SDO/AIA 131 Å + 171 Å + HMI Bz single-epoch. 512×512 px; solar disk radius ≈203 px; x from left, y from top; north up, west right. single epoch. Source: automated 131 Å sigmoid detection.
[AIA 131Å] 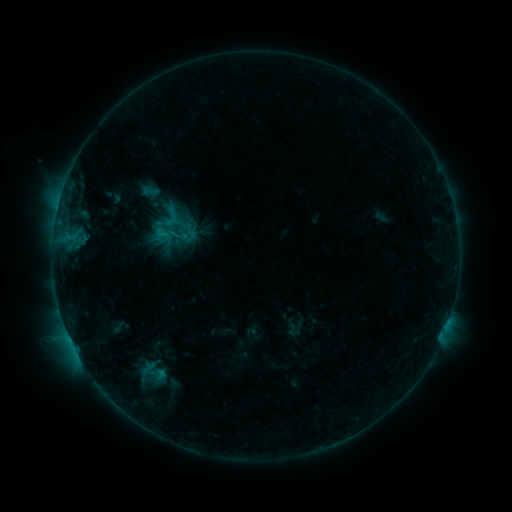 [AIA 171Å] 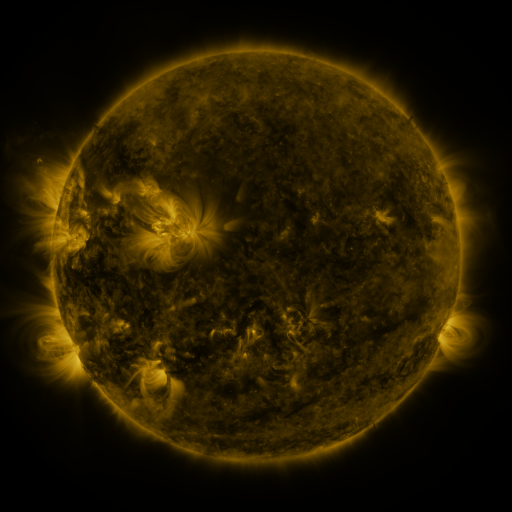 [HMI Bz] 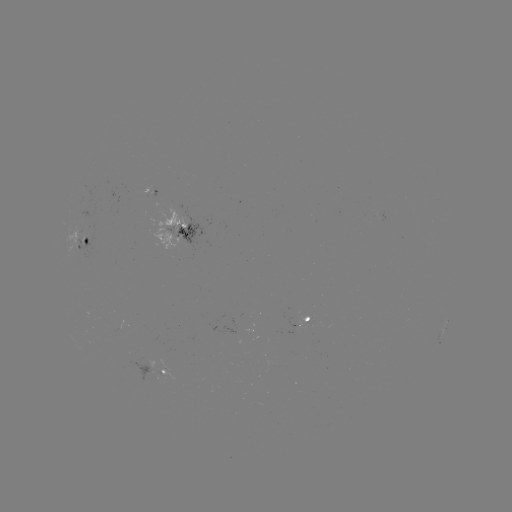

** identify sigmoid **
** (150, 372) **